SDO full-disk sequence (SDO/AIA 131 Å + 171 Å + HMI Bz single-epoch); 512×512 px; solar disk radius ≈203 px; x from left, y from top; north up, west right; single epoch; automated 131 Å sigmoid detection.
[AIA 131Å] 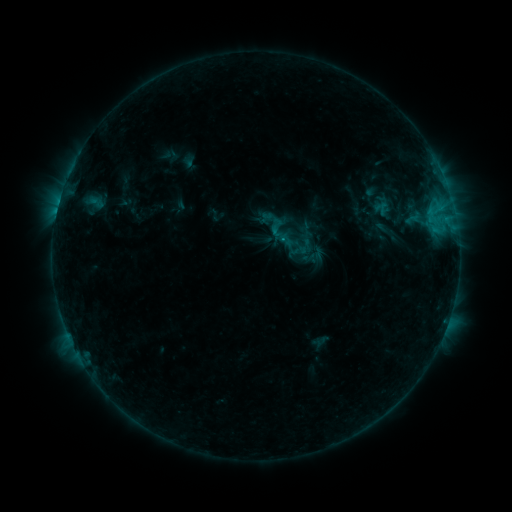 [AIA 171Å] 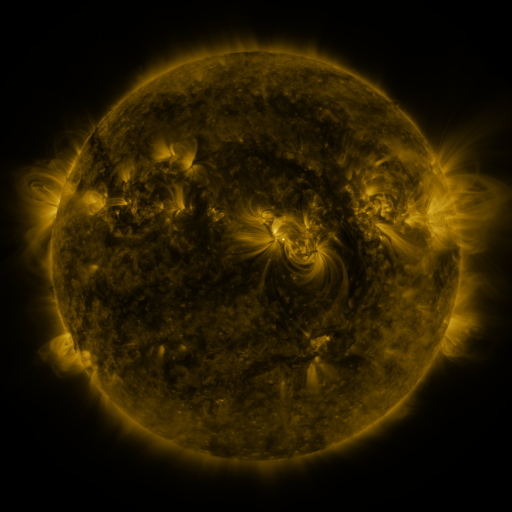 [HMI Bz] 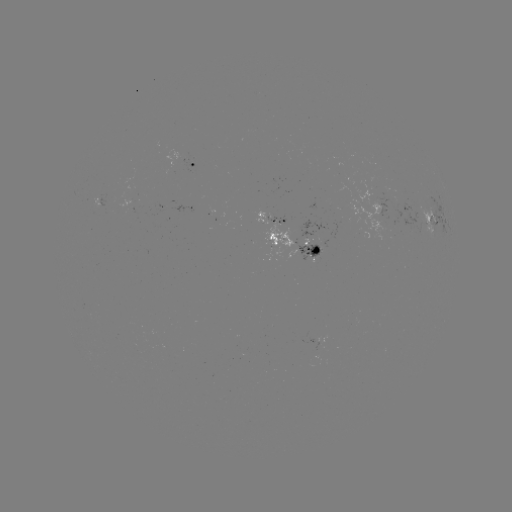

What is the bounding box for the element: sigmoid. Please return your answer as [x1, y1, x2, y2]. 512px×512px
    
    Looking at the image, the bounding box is [261, 214, 301, 252].